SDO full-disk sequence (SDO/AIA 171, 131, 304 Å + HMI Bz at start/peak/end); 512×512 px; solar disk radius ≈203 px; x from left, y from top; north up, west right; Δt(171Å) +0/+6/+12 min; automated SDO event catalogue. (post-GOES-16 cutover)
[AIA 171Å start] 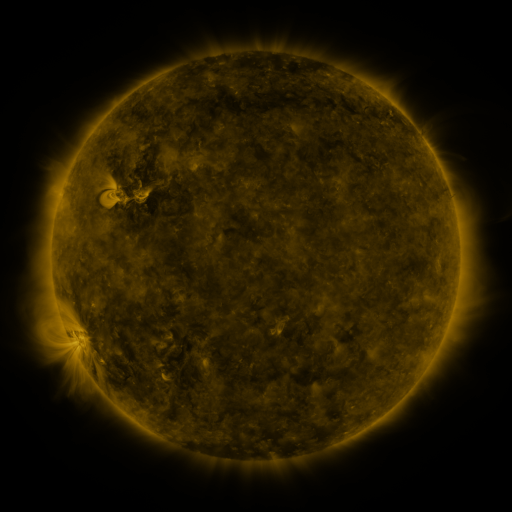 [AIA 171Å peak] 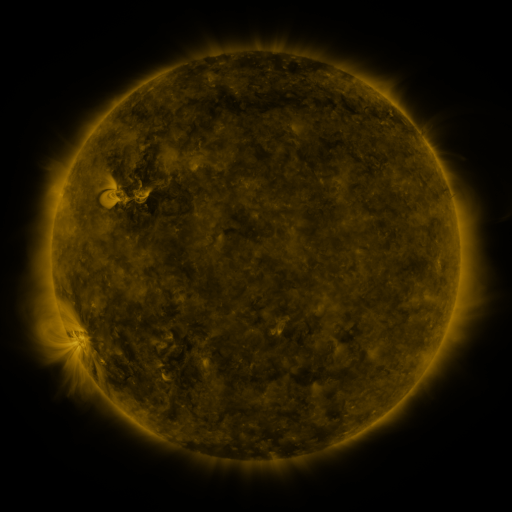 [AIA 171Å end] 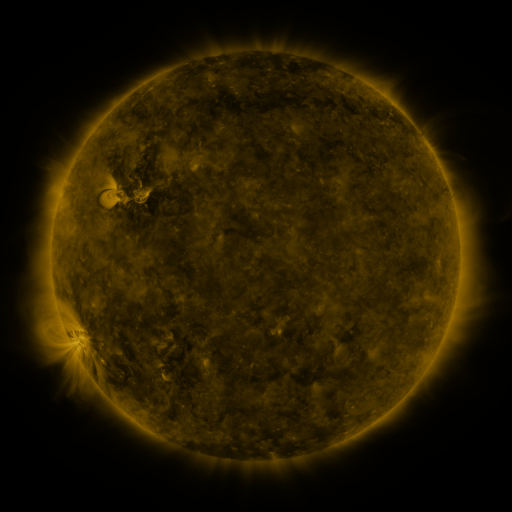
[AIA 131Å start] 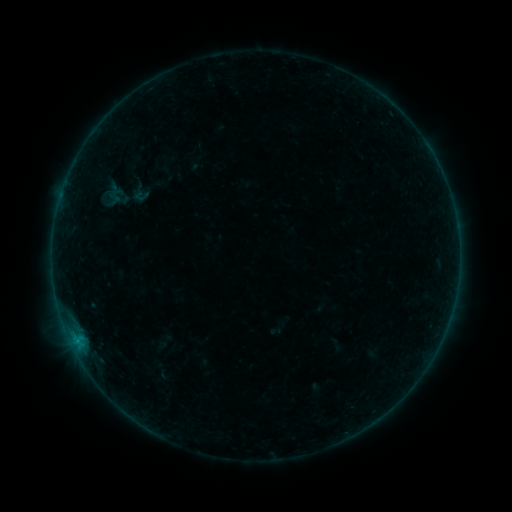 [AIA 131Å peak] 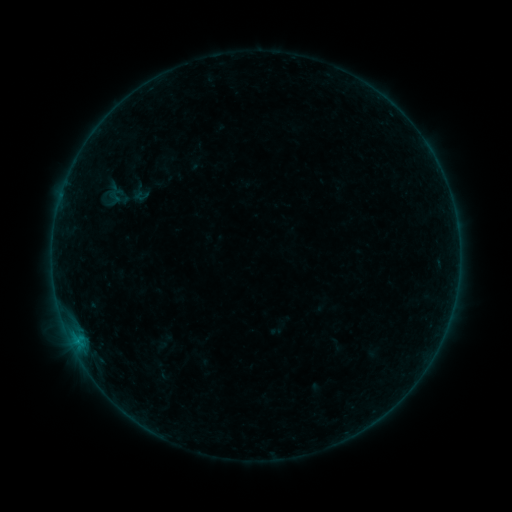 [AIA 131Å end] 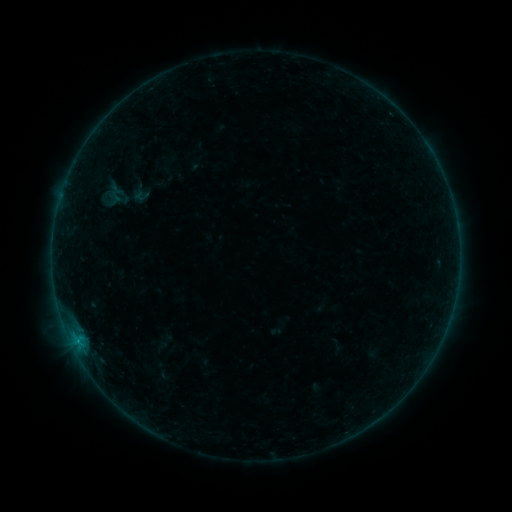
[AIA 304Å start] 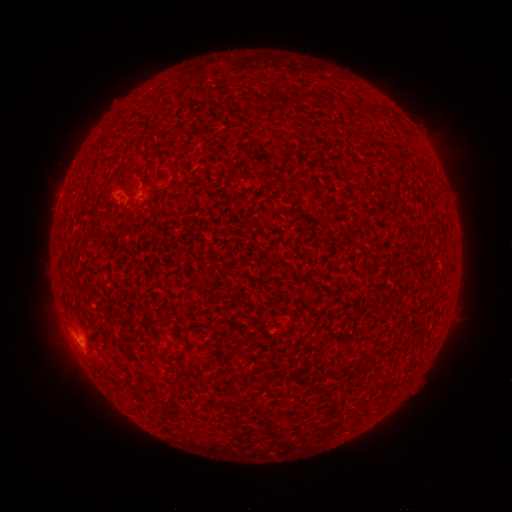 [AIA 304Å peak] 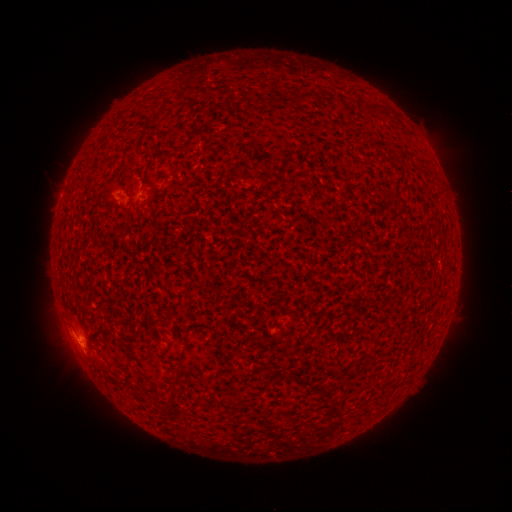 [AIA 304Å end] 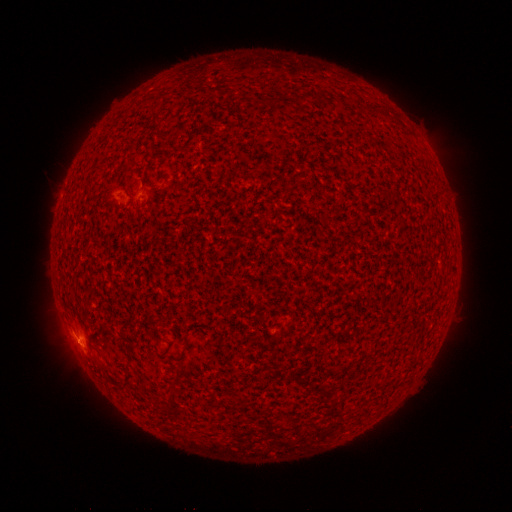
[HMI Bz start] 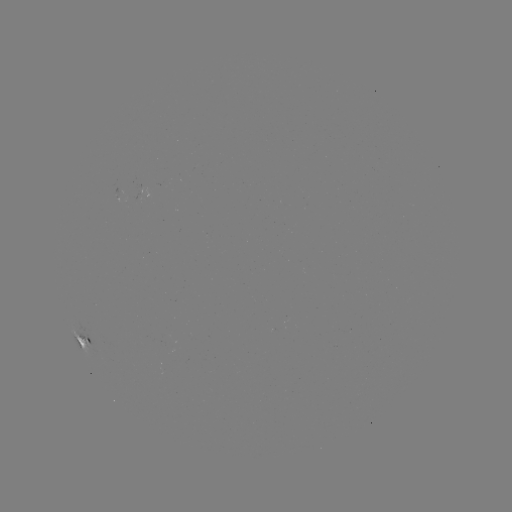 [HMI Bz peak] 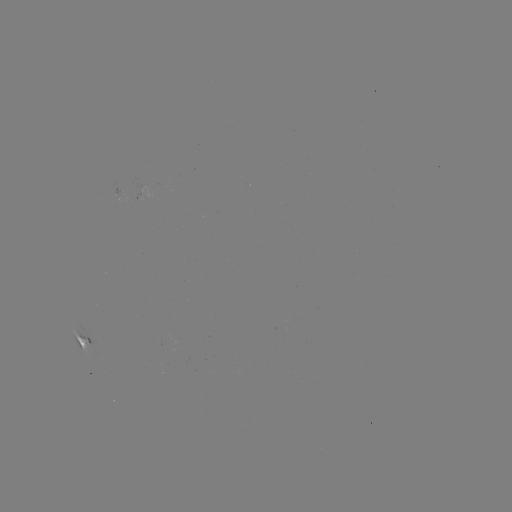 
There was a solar flare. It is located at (80, 339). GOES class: B3.2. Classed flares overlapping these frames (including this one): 1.